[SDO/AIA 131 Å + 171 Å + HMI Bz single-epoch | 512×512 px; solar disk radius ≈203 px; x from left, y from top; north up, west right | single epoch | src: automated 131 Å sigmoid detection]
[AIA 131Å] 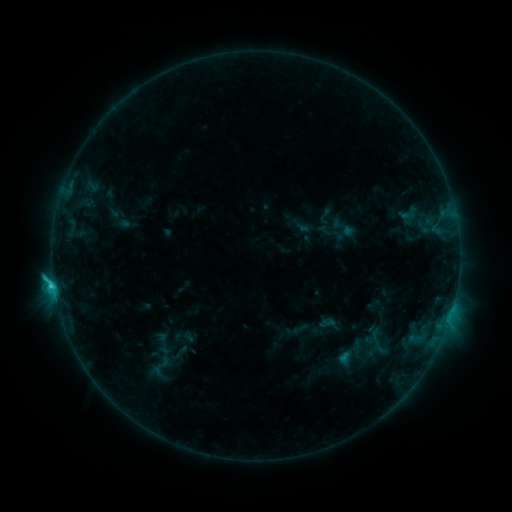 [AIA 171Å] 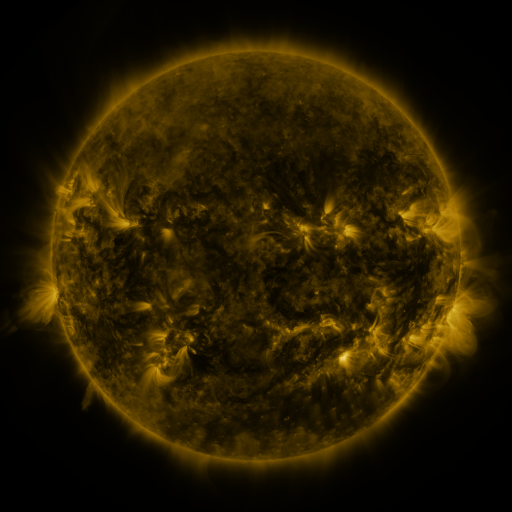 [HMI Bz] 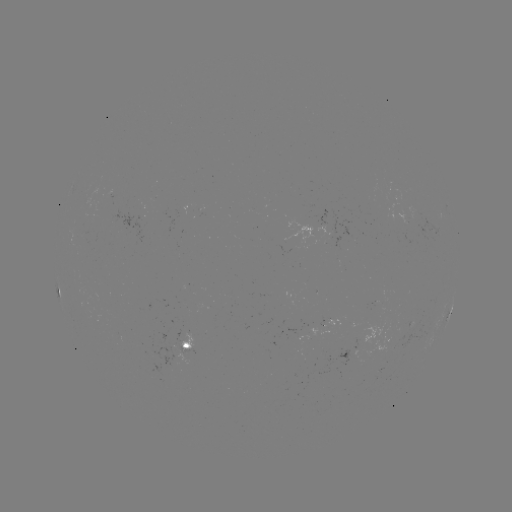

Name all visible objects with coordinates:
sigmoid: [143, 352, 178, 378]
